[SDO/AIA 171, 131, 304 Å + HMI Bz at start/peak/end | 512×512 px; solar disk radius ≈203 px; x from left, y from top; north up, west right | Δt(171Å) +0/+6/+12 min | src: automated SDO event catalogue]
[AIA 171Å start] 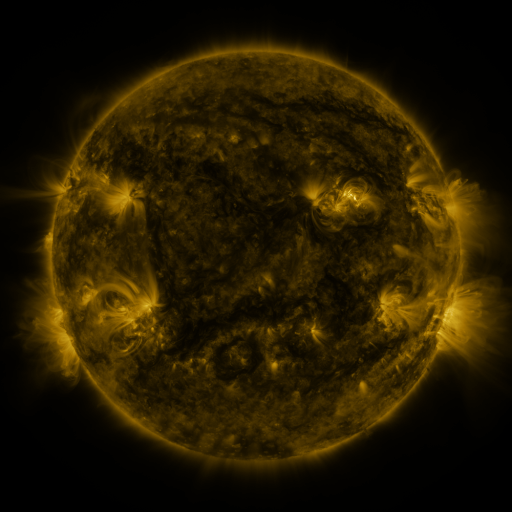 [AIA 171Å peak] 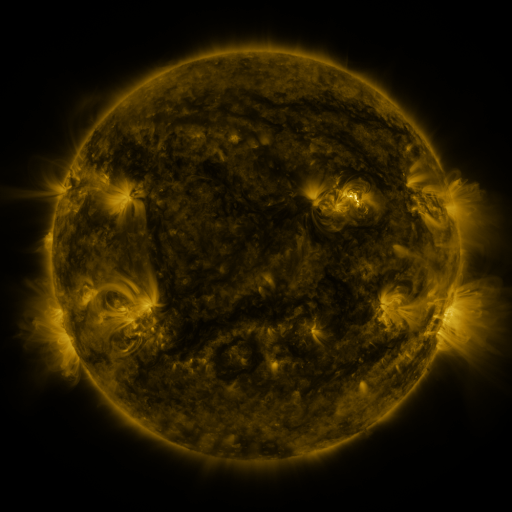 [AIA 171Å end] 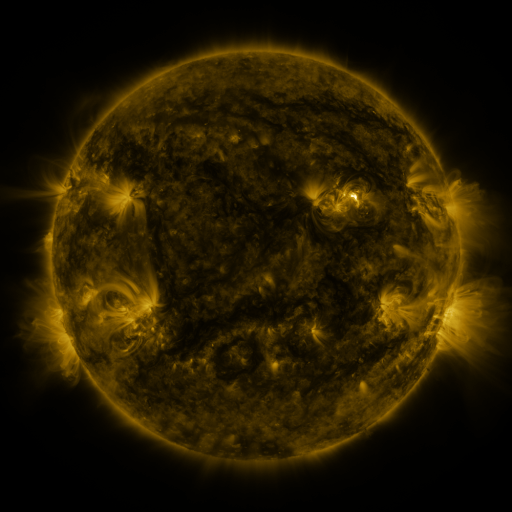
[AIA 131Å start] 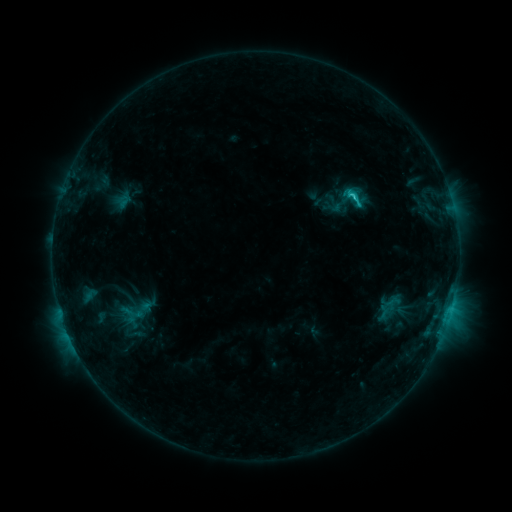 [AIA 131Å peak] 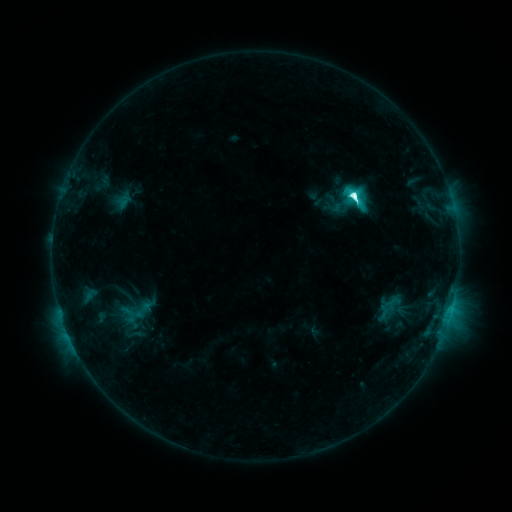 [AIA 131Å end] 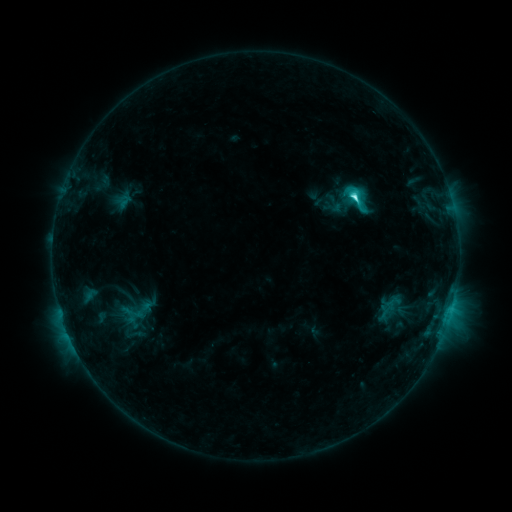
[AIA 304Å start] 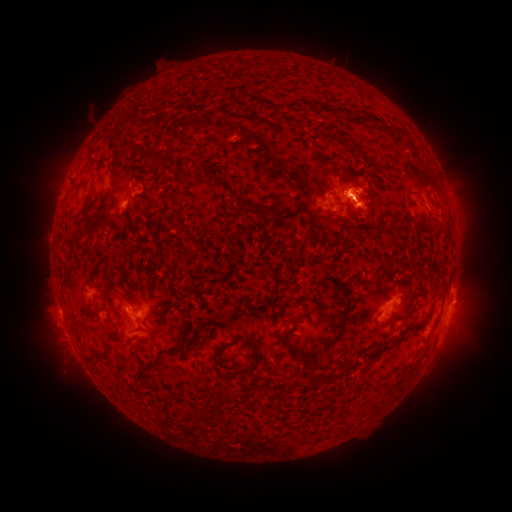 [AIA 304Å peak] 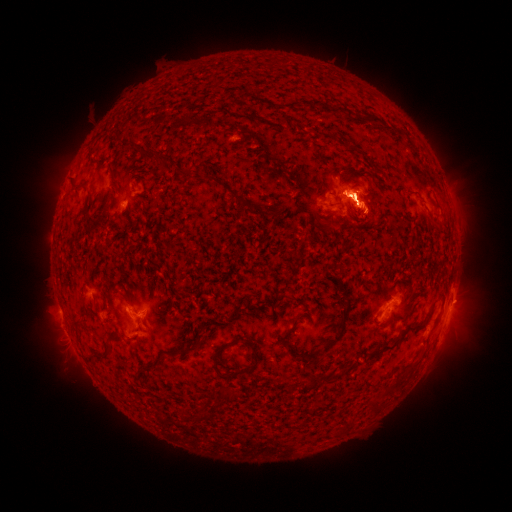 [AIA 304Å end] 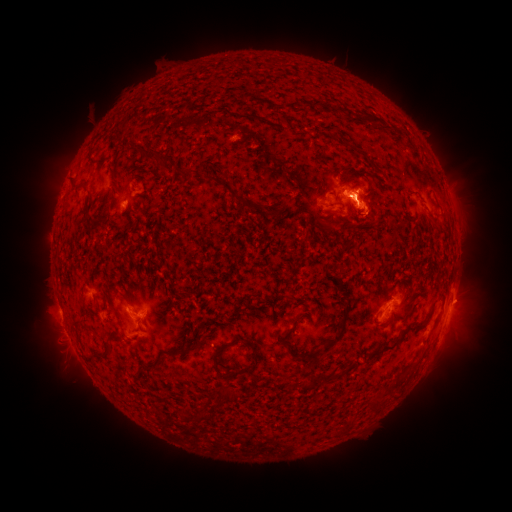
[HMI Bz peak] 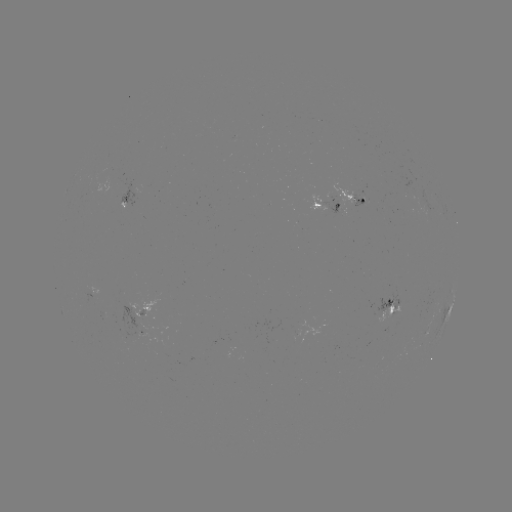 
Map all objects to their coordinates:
eruption: (461, 325)
